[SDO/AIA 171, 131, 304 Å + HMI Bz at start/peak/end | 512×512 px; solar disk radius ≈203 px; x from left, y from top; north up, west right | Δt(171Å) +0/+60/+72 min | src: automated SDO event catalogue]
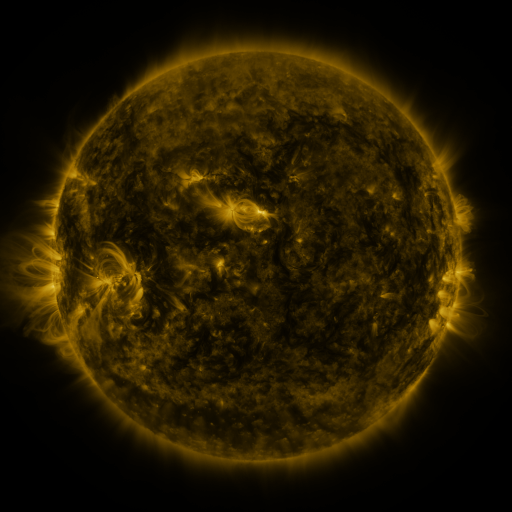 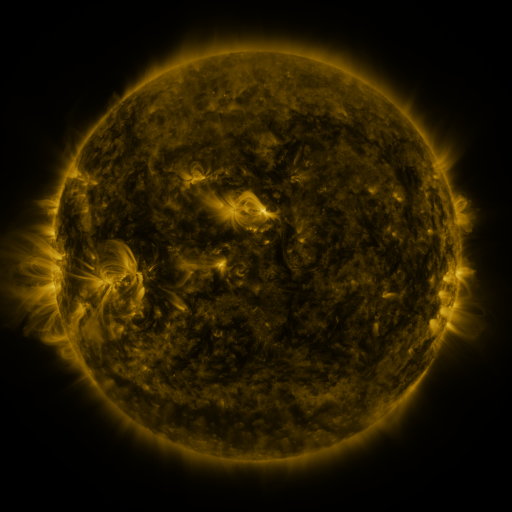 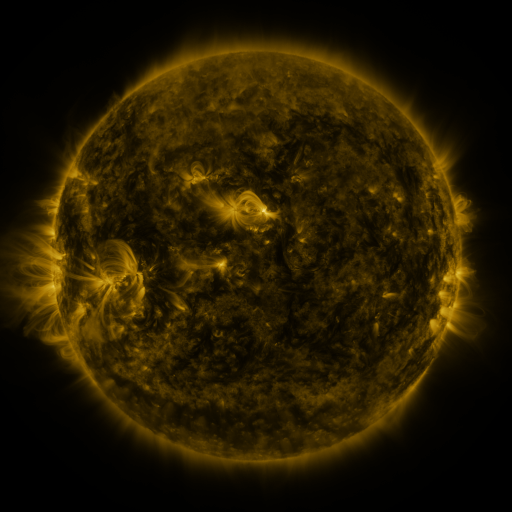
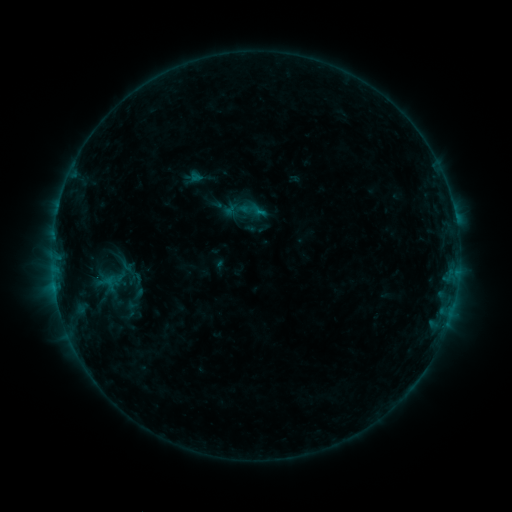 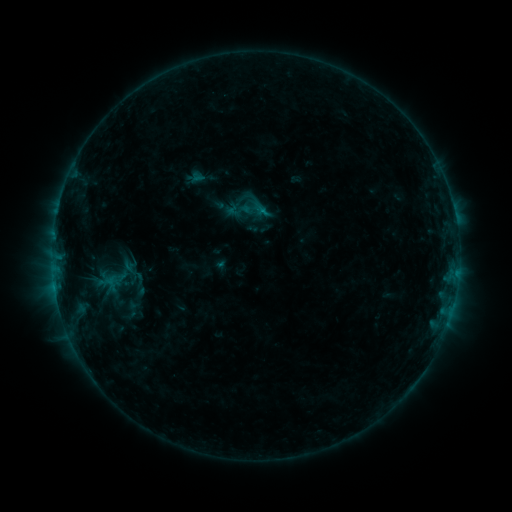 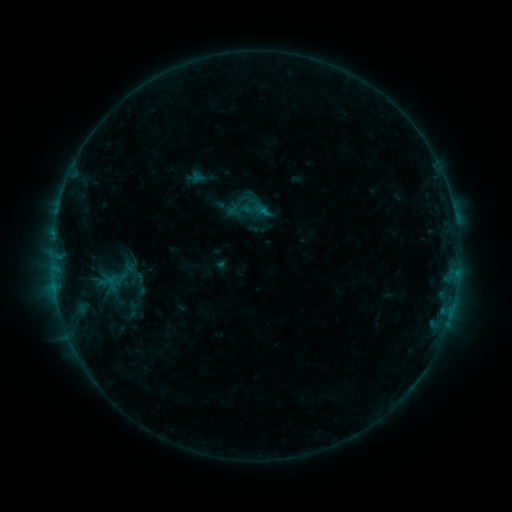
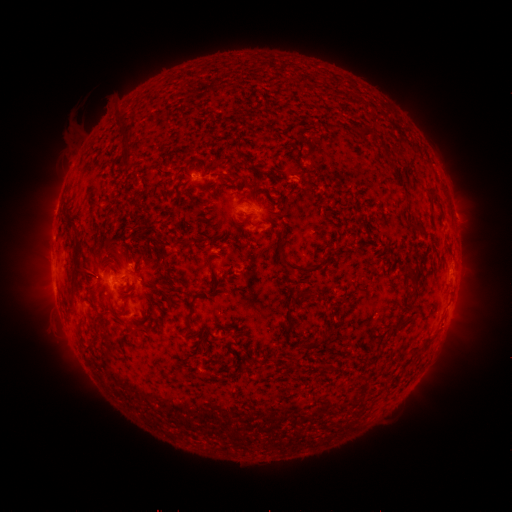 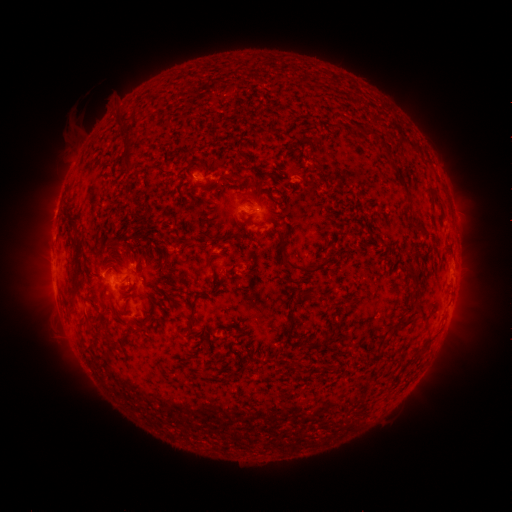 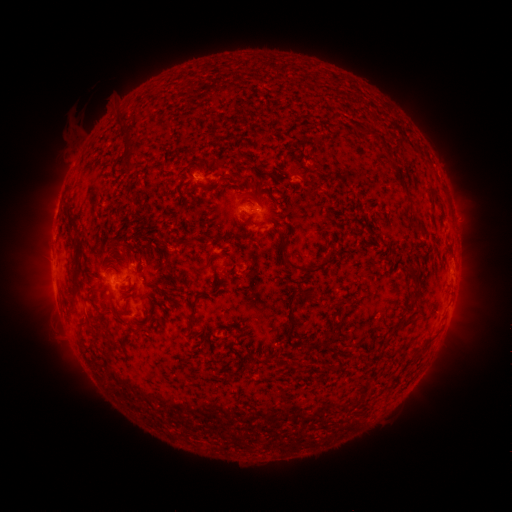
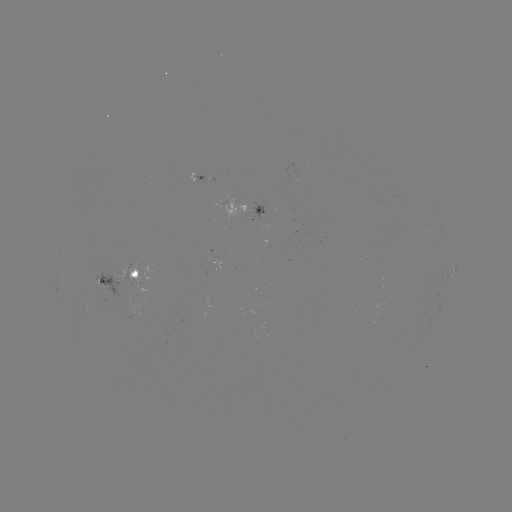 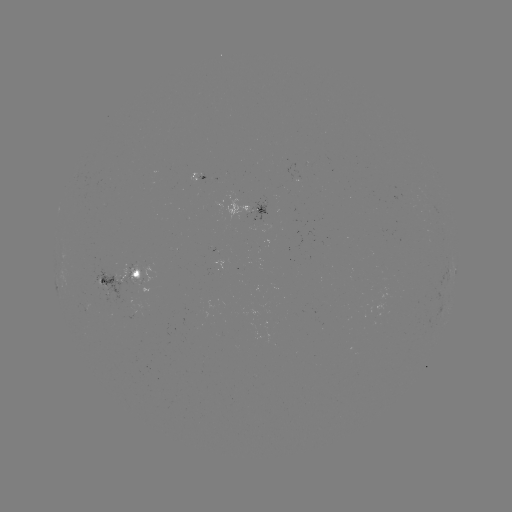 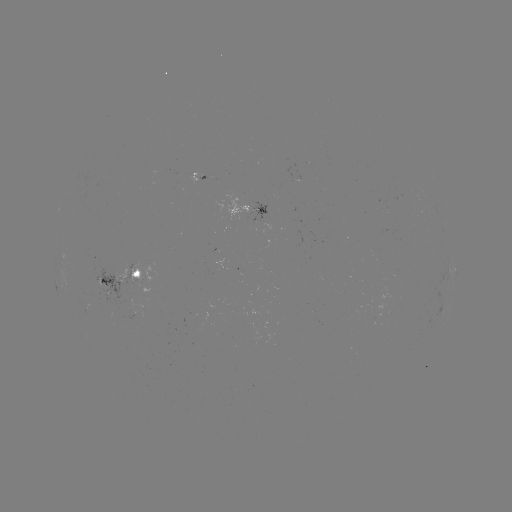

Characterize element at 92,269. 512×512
emerging-flux region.